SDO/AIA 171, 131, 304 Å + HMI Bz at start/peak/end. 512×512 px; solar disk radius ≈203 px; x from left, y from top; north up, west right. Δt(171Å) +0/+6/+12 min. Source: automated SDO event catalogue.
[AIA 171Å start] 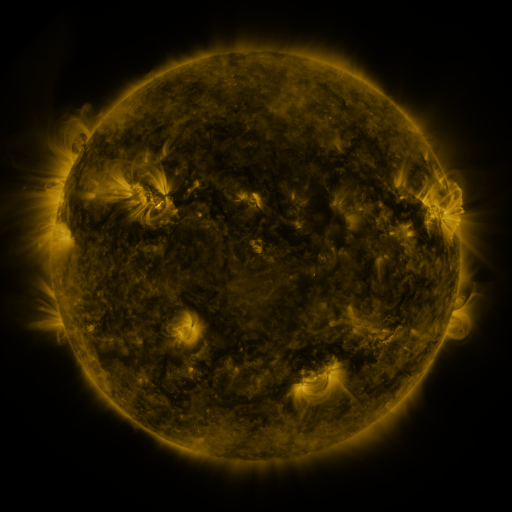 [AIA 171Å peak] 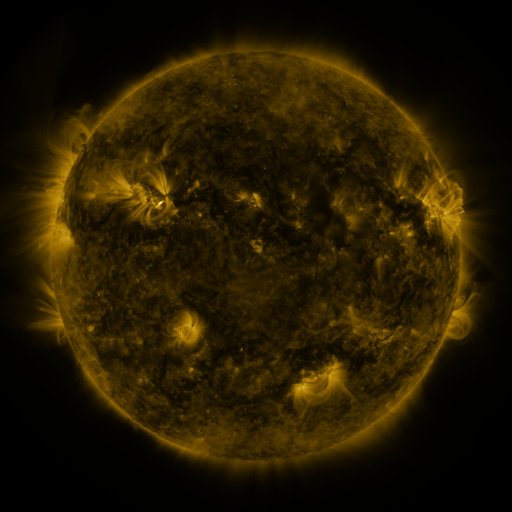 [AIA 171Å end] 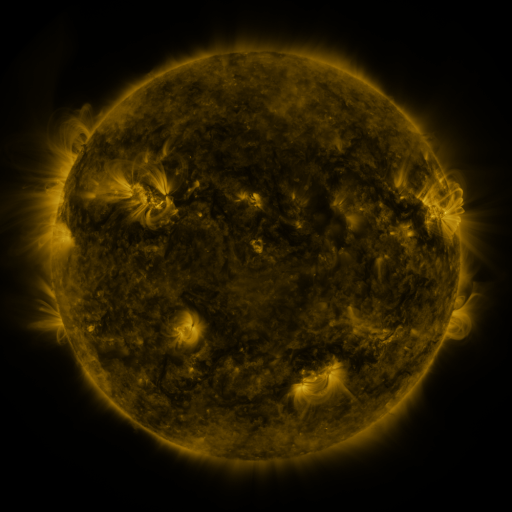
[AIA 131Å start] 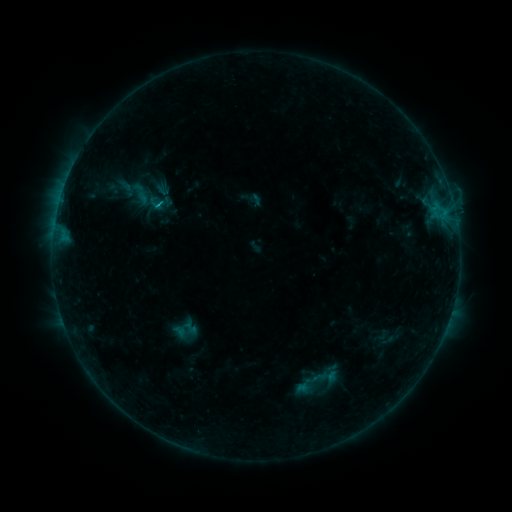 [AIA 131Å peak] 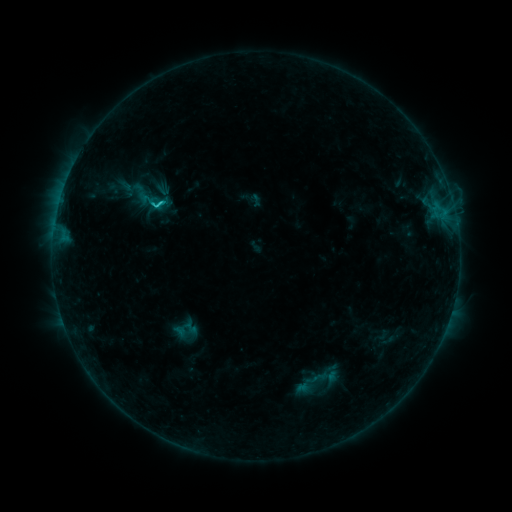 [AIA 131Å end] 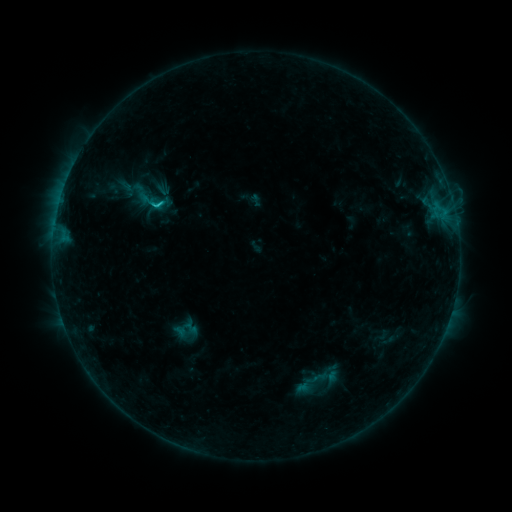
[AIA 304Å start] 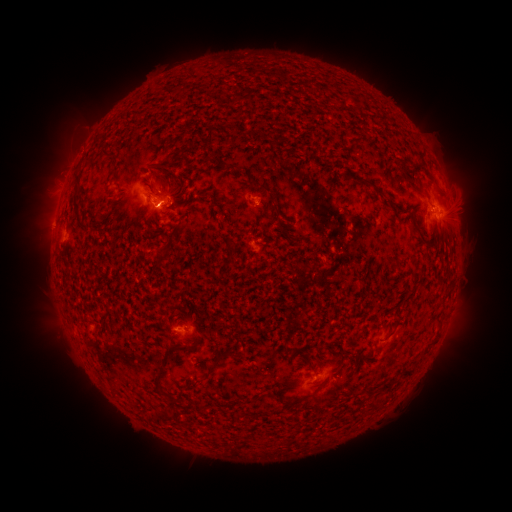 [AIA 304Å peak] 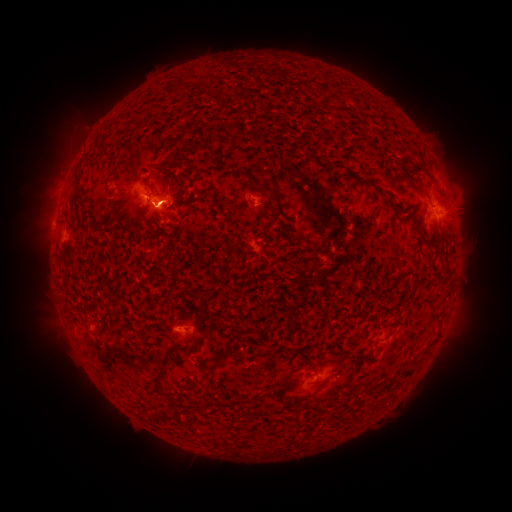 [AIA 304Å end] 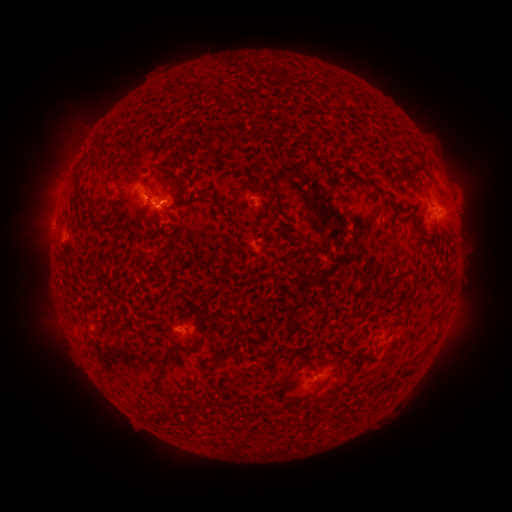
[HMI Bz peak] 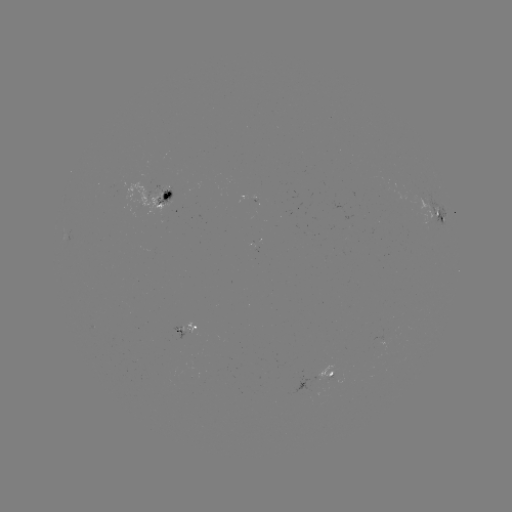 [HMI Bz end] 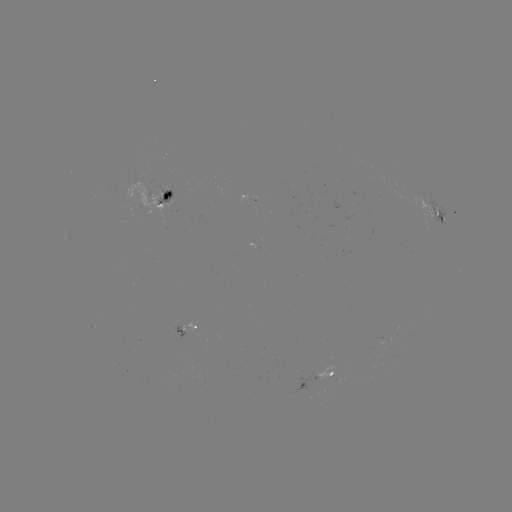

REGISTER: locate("C1.7 flare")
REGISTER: [163, 204]